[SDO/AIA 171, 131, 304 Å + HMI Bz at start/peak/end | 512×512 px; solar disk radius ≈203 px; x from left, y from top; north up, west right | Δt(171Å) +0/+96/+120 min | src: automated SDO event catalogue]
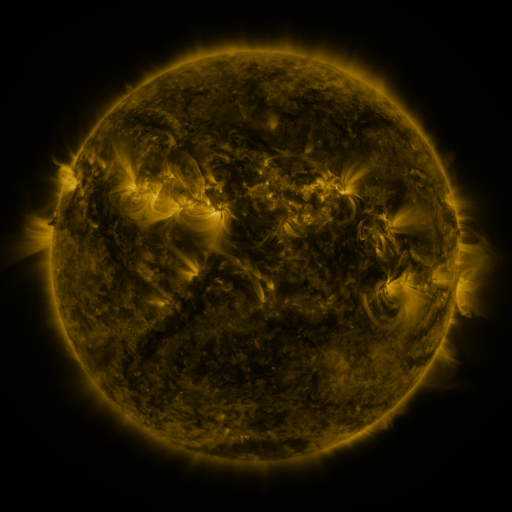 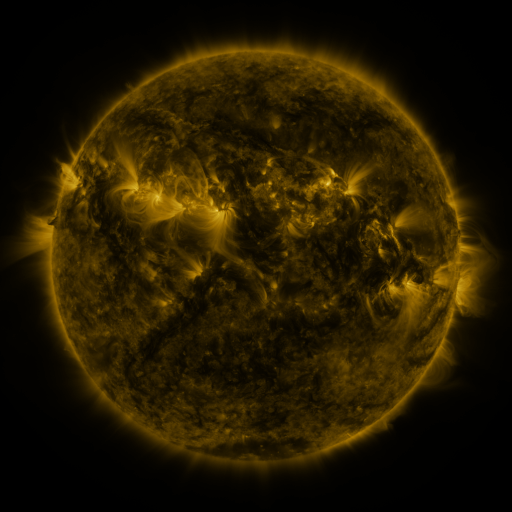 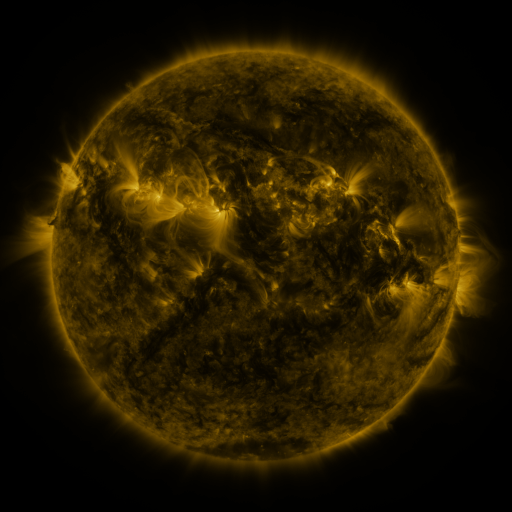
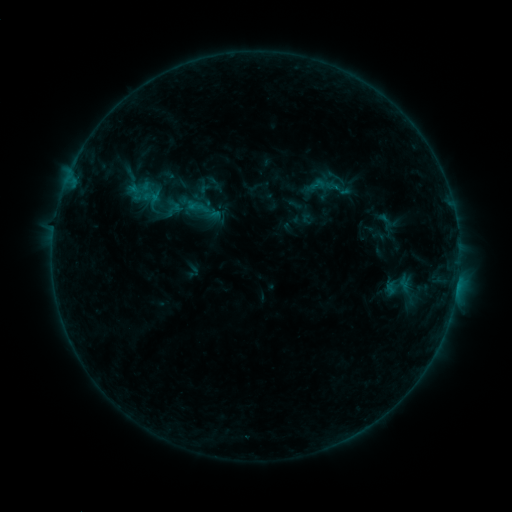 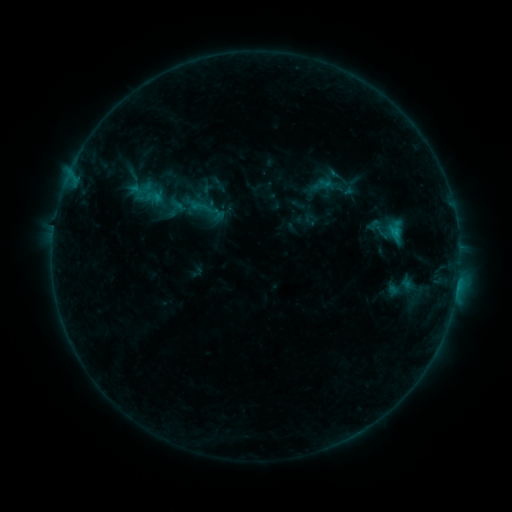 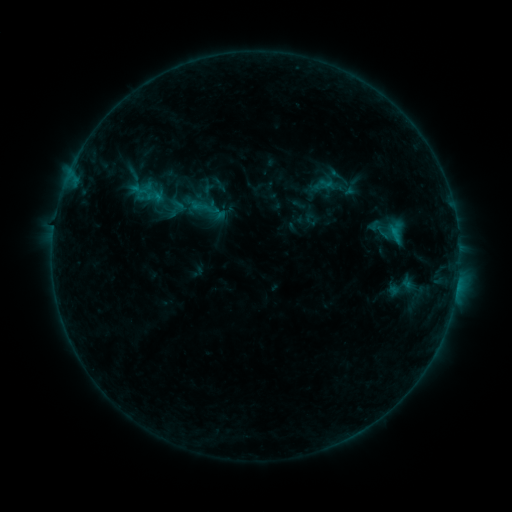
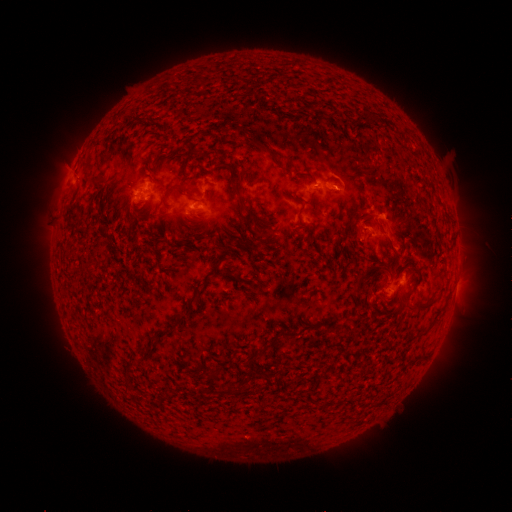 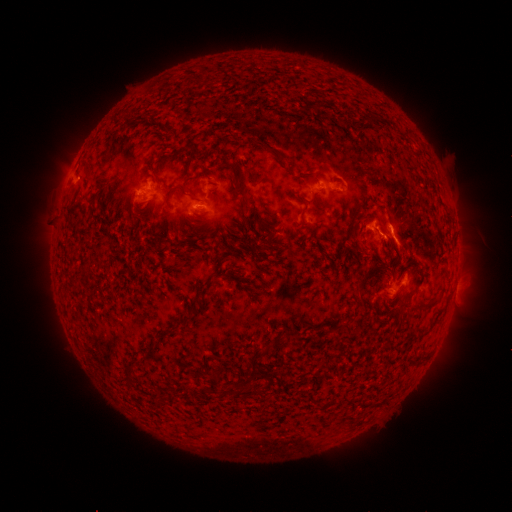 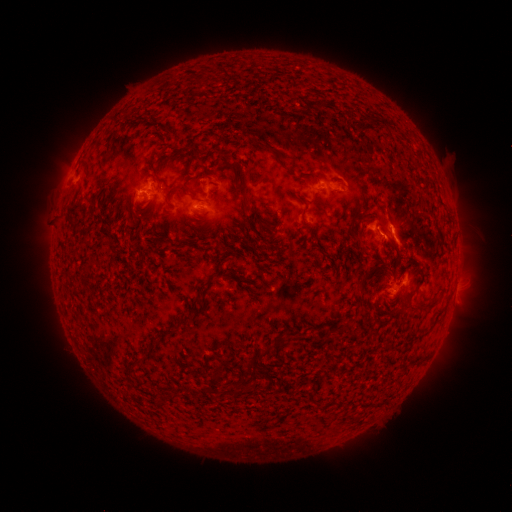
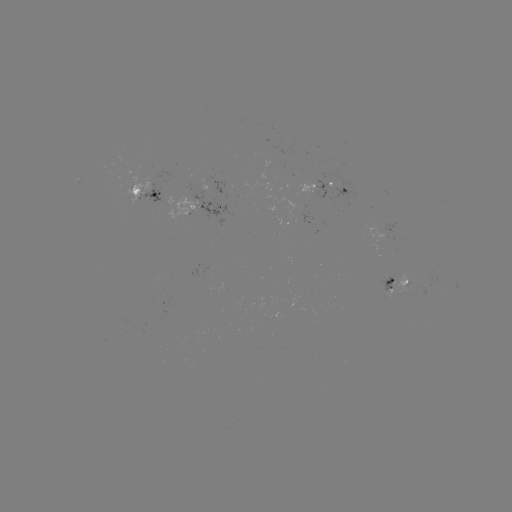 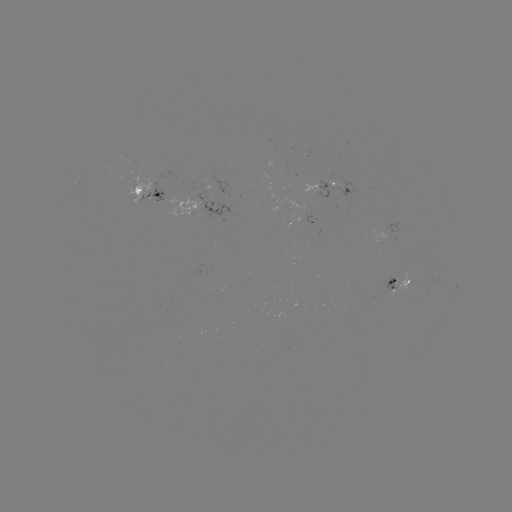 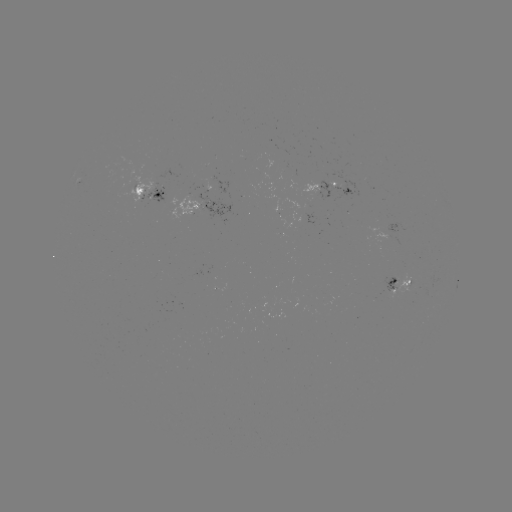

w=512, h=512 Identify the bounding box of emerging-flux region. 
[284, 199, 316, 225].